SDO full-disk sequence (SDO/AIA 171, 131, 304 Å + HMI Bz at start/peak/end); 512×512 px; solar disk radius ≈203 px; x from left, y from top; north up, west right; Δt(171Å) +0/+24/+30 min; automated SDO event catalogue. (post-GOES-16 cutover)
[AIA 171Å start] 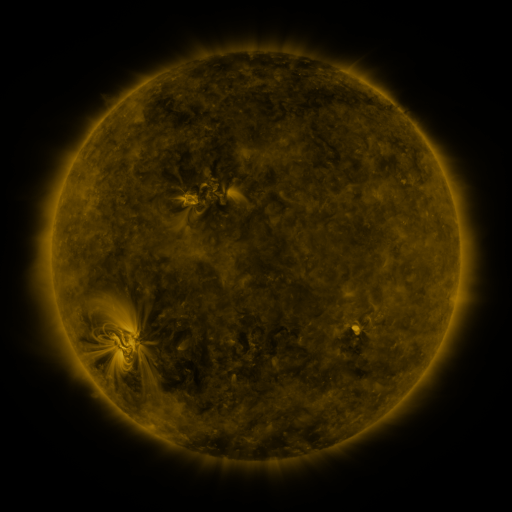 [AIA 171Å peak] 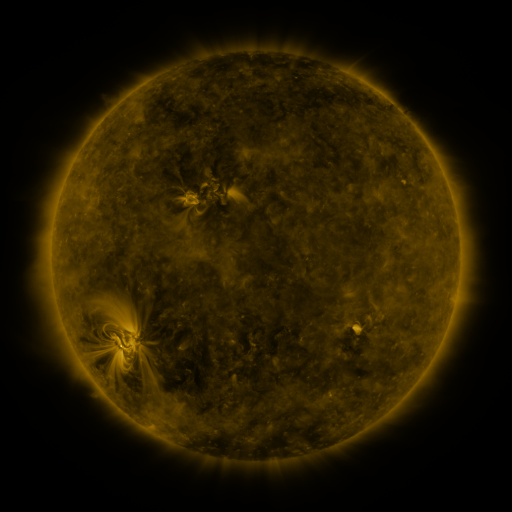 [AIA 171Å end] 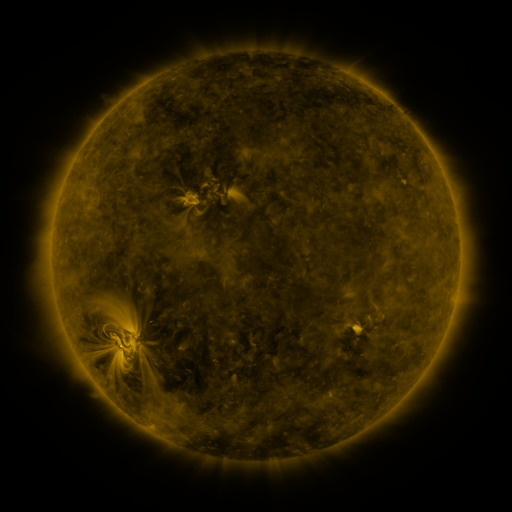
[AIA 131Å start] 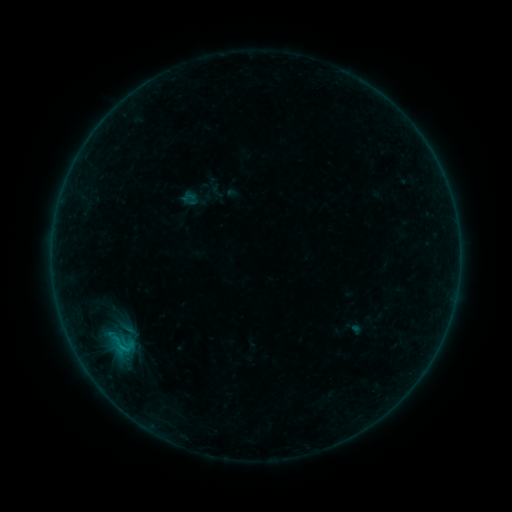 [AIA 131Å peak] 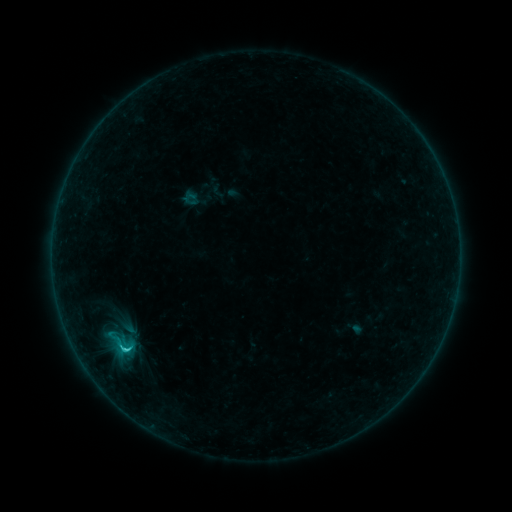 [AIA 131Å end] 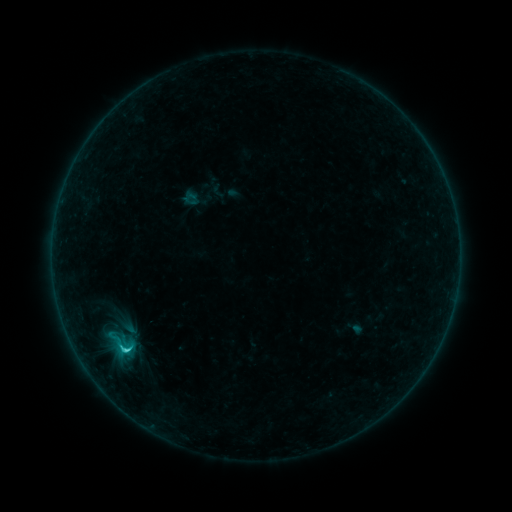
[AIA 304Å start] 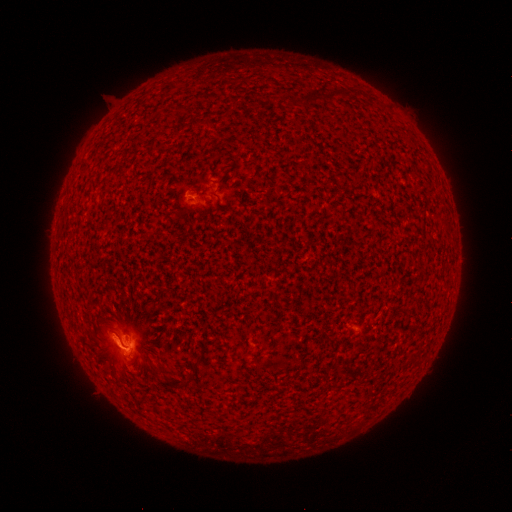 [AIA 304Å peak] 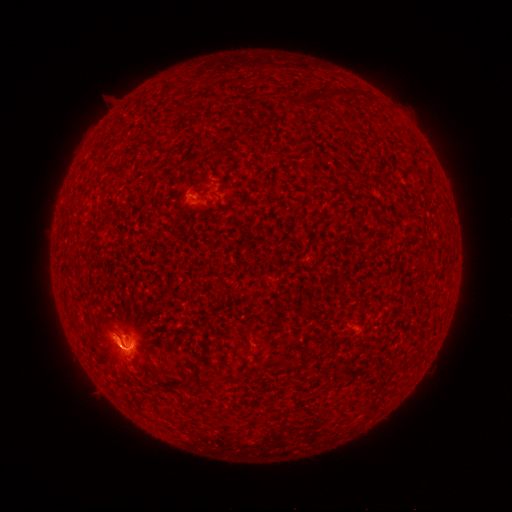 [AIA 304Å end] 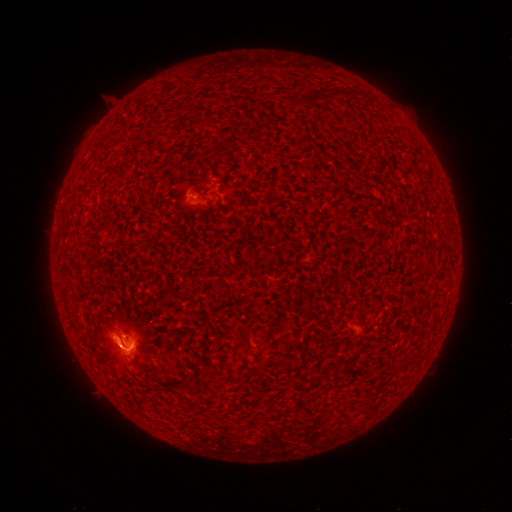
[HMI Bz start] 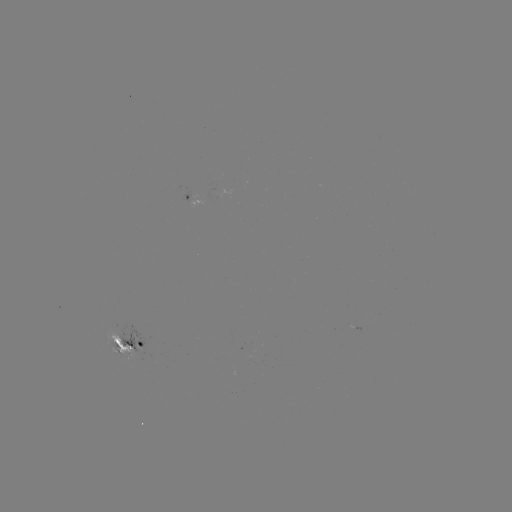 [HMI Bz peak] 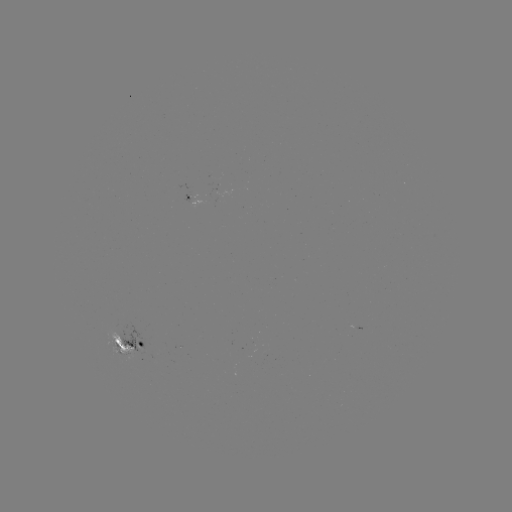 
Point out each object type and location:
C2.6 flare: (124, 347)
